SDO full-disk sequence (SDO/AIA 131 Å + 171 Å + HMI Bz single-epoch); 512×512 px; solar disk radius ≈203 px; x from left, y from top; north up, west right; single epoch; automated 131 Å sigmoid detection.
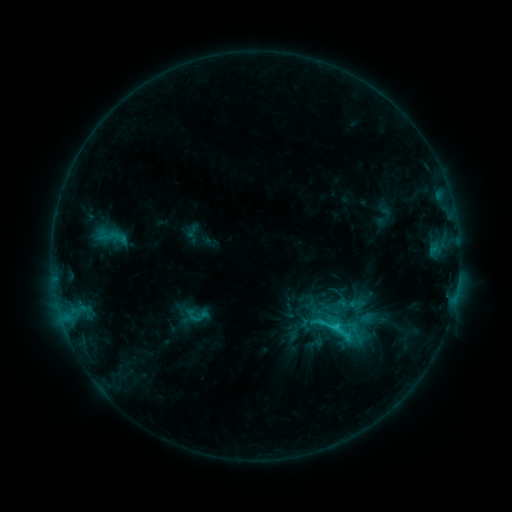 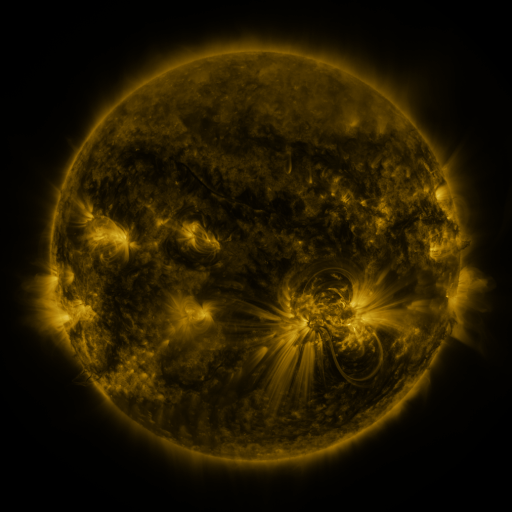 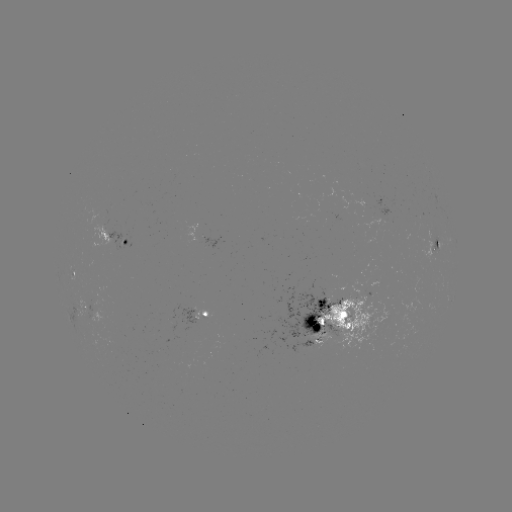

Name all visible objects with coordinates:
sigmoid: <bbox>96, 218, 127, 255</bbox>
